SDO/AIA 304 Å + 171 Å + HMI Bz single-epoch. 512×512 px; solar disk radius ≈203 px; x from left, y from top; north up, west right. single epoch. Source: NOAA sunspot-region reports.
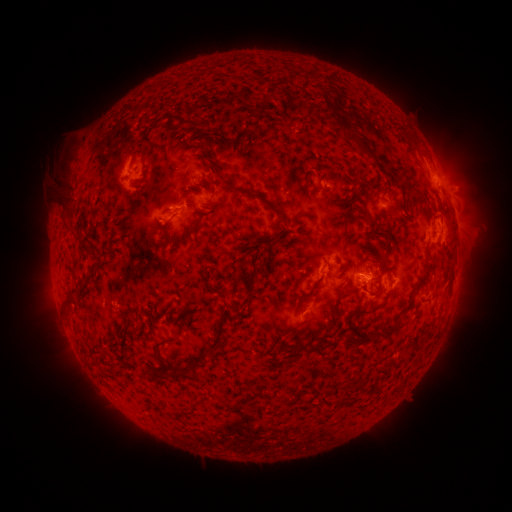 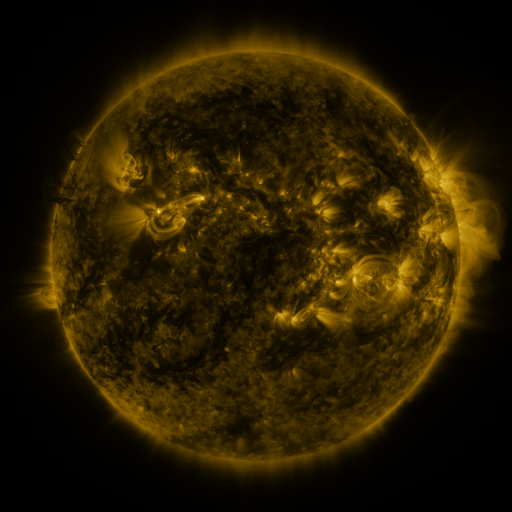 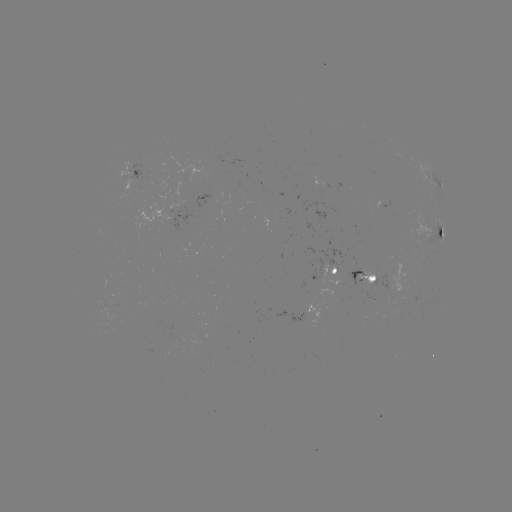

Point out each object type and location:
spotted active region: (140, 173)
spotted active region: (438, 185)
spotted active region: (446, 191)
spotted active region: (442, 231)
spotted active region: (337, 272)
spotted active region: (365, 277)
